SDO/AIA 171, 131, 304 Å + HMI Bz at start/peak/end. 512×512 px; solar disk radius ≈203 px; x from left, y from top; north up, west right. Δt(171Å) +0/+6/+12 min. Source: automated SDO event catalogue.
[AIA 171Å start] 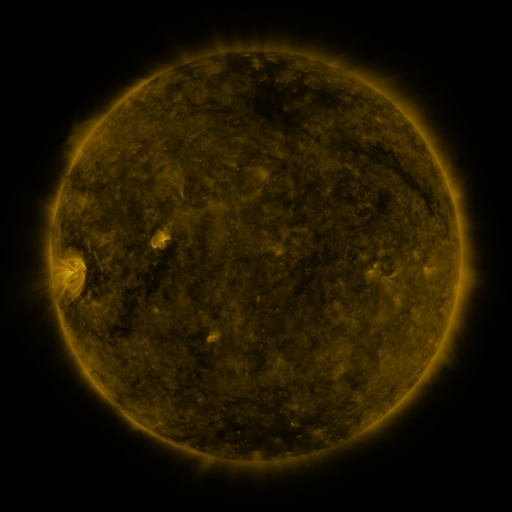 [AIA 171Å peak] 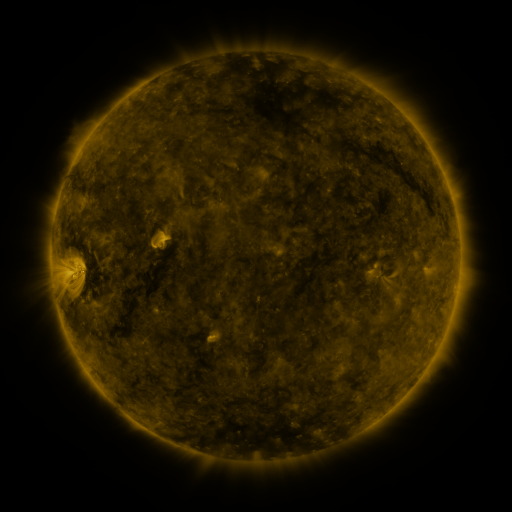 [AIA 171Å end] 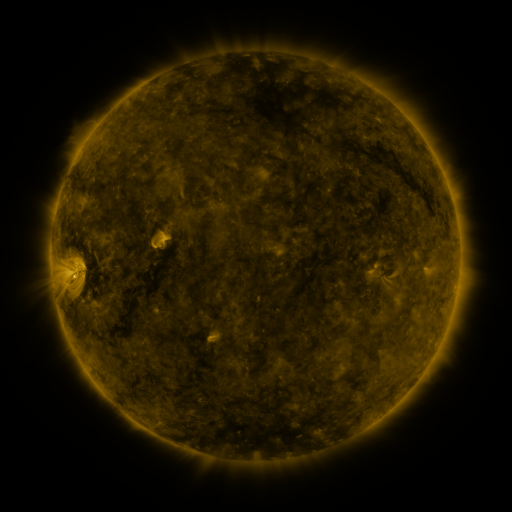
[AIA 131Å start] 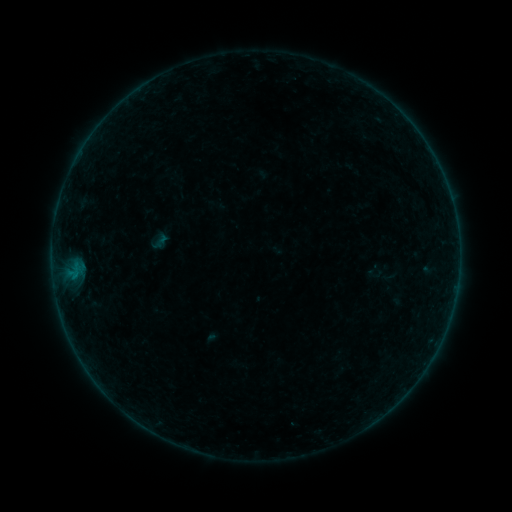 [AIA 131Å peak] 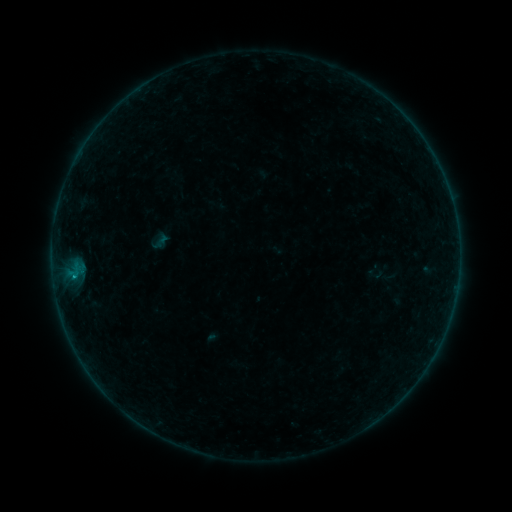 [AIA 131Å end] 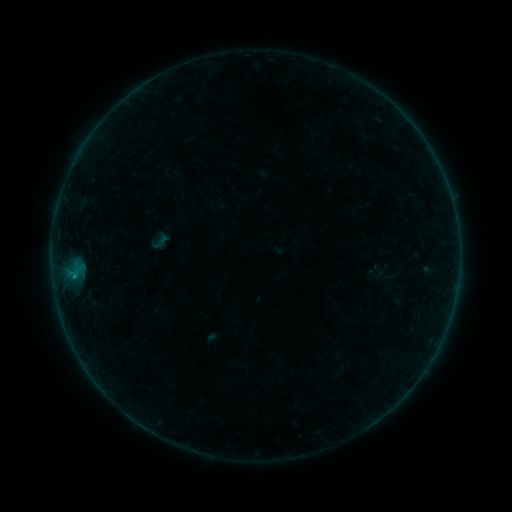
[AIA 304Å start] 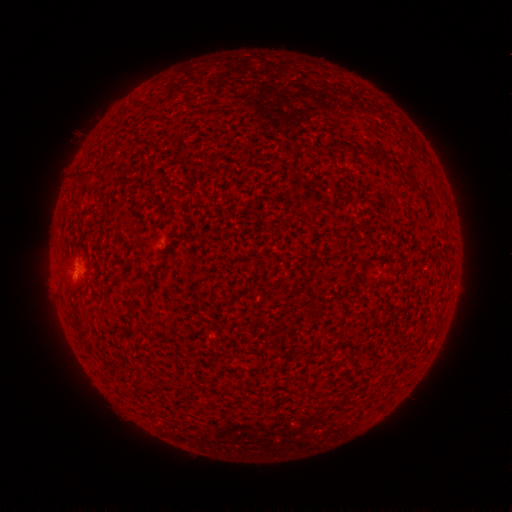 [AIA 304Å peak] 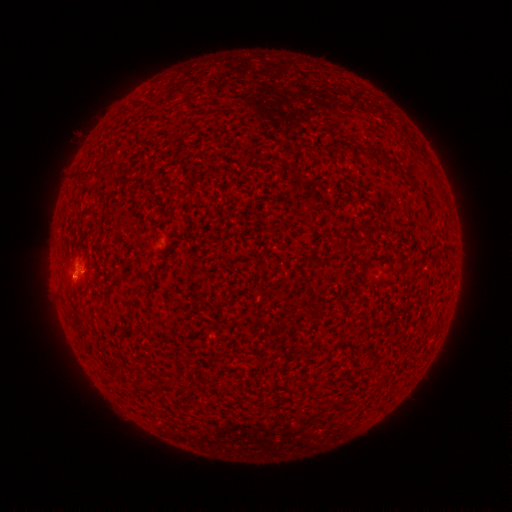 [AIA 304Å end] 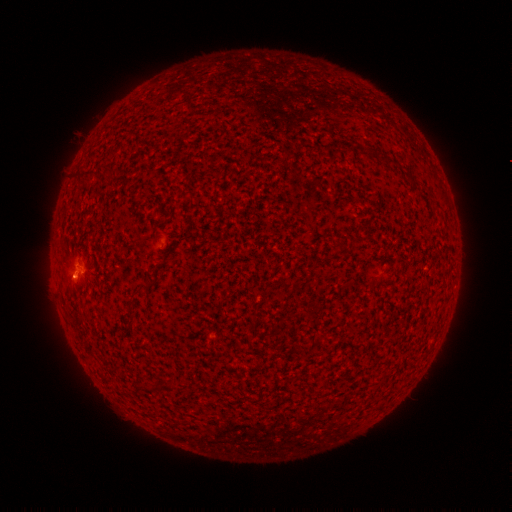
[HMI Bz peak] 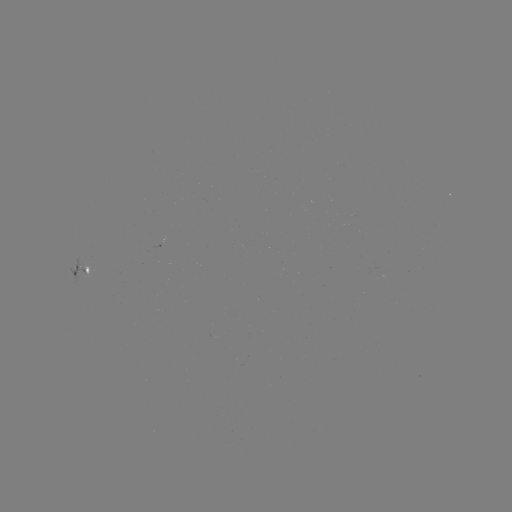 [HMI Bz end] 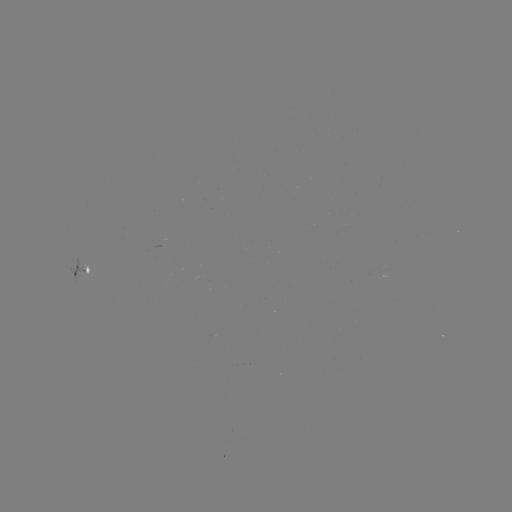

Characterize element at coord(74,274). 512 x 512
B2.3 flare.